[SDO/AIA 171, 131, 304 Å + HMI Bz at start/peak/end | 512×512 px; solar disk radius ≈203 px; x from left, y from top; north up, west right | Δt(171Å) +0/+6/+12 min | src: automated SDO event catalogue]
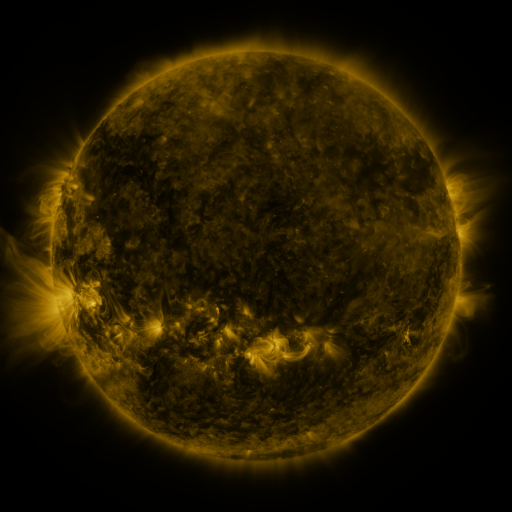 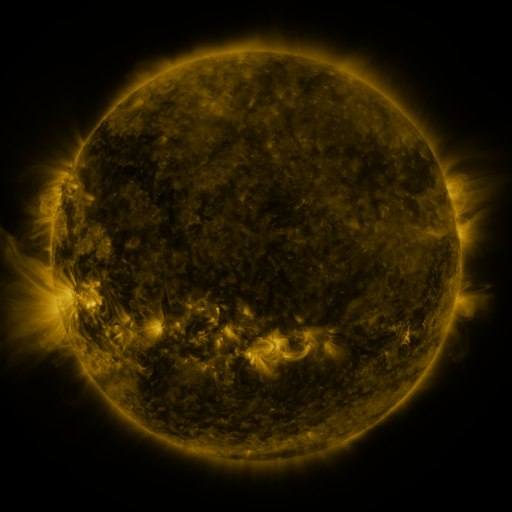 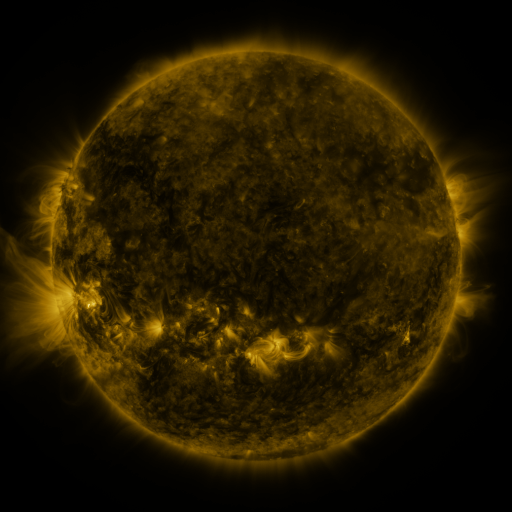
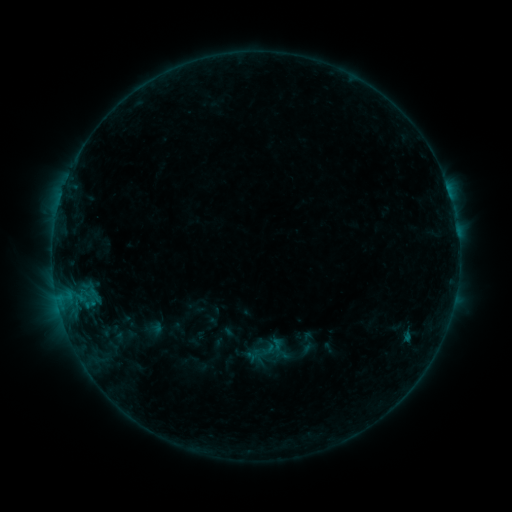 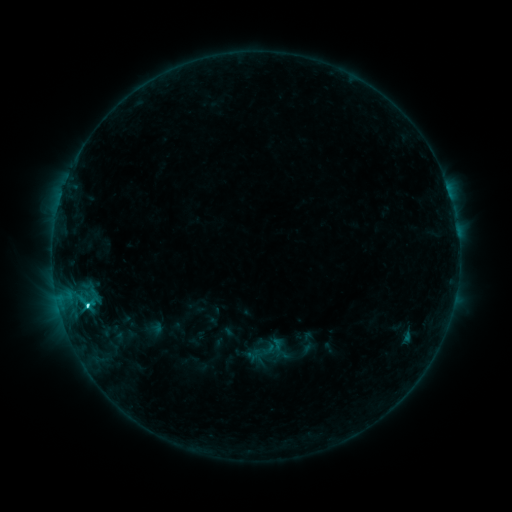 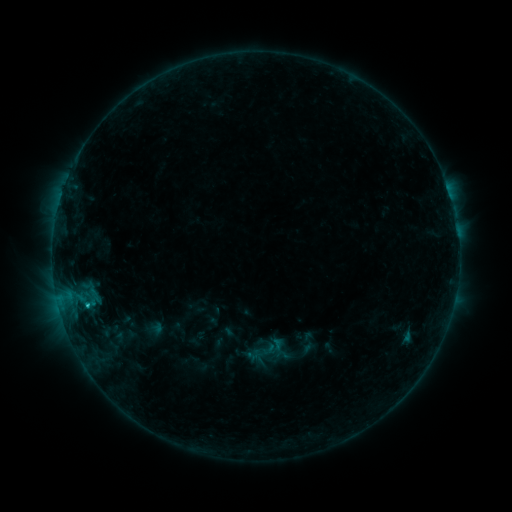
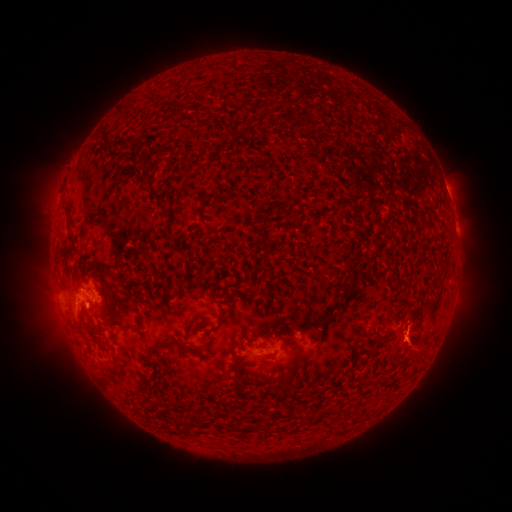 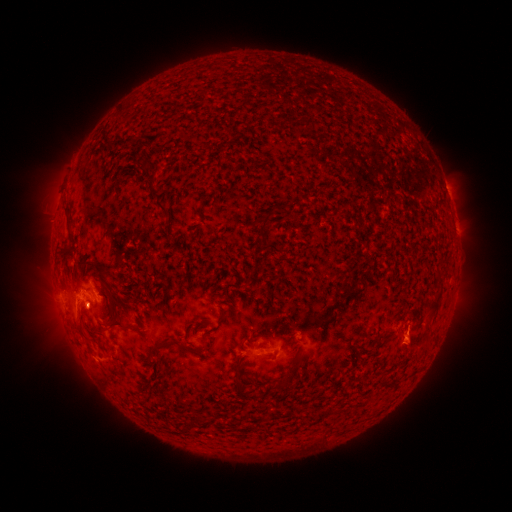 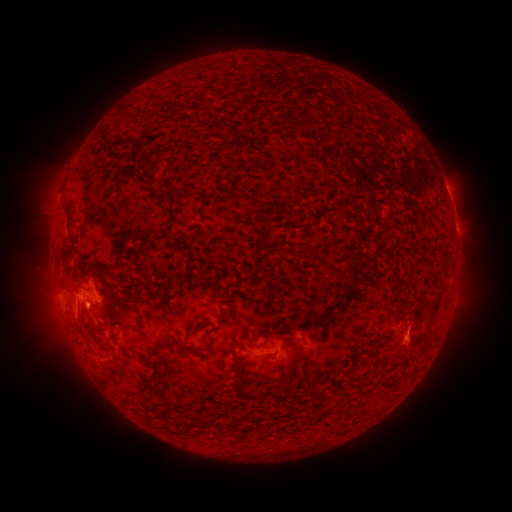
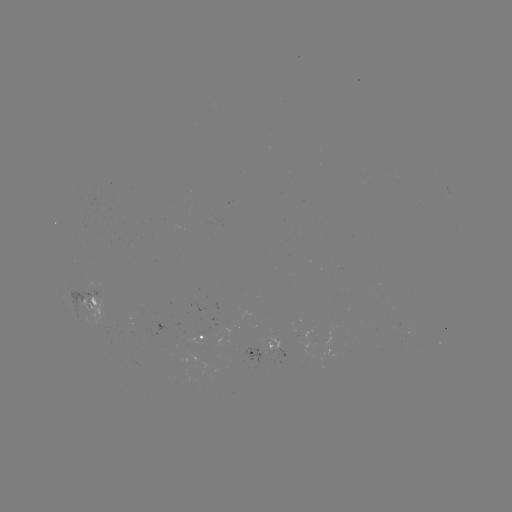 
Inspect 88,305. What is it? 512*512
C2.7 flare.